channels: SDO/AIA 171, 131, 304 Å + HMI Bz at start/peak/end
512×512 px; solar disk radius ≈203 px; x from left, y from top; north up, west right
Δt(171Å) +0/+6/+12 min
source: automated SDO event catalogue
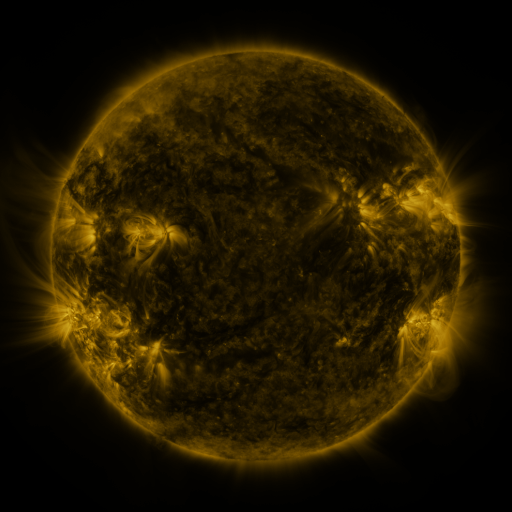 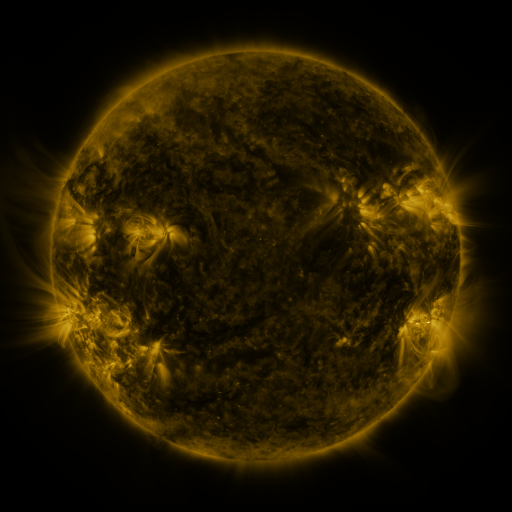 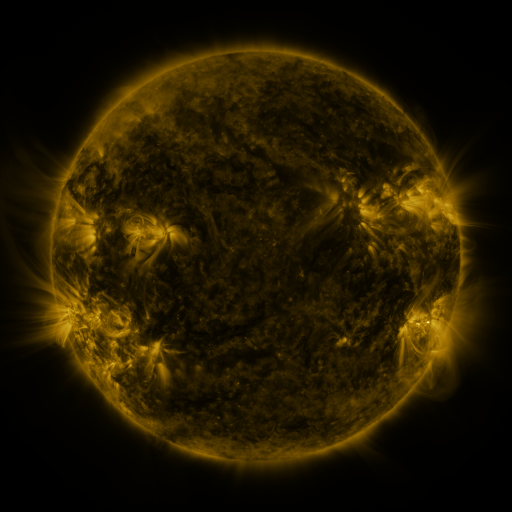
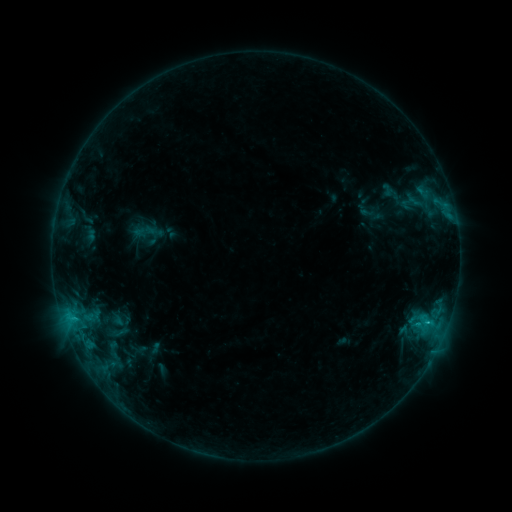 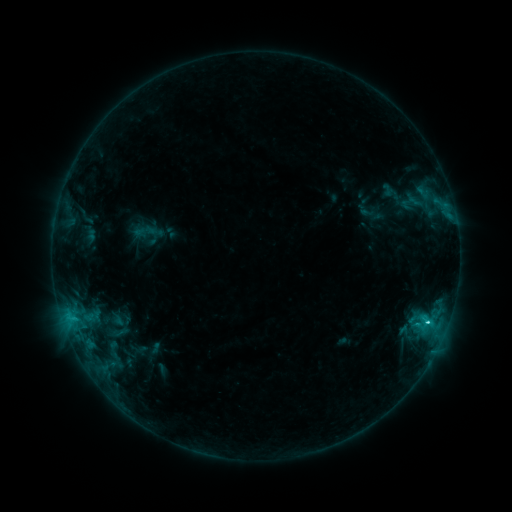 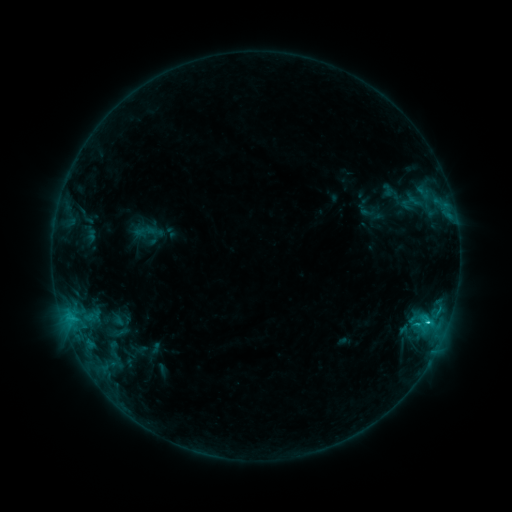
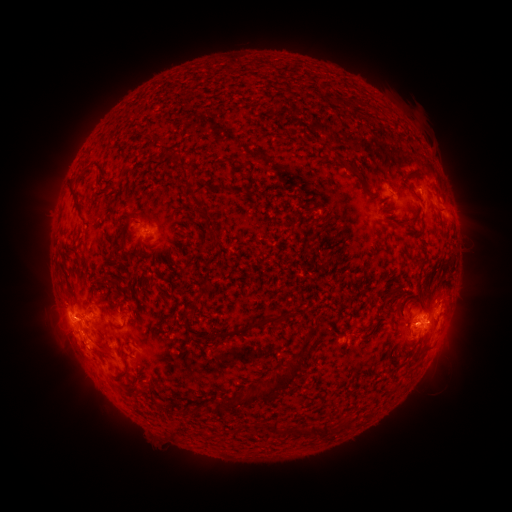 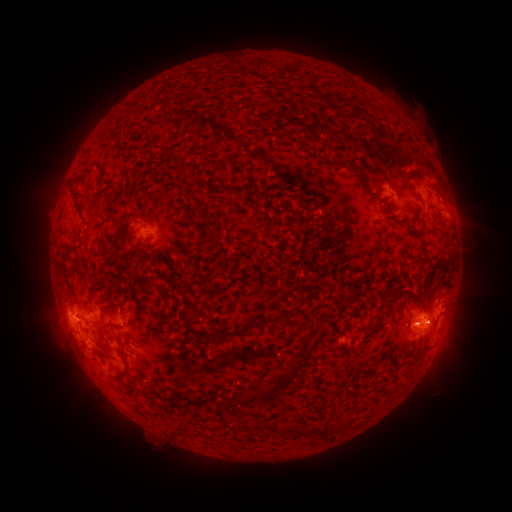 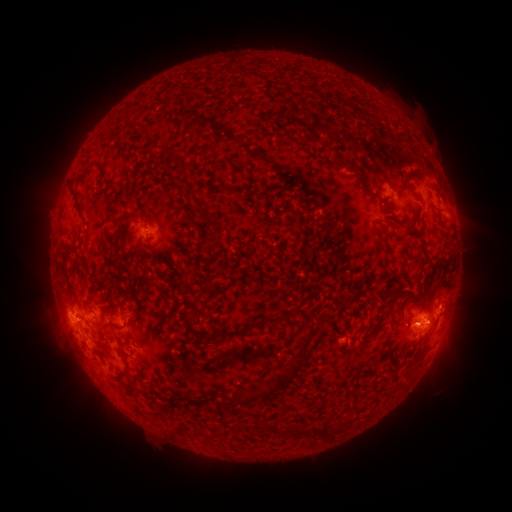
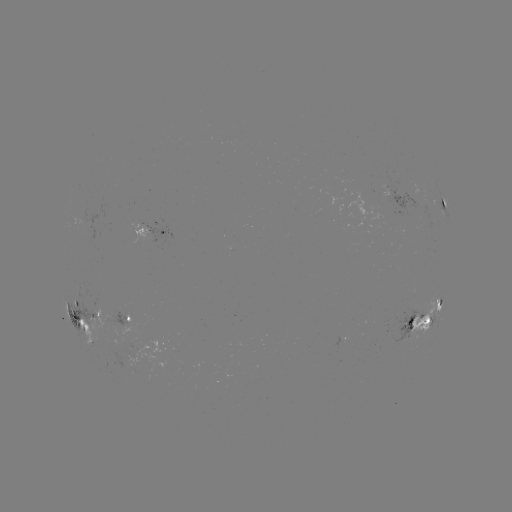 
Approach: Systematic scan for C3.7 flare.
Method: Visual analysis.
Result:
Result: C3.7 flare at [301, 303].